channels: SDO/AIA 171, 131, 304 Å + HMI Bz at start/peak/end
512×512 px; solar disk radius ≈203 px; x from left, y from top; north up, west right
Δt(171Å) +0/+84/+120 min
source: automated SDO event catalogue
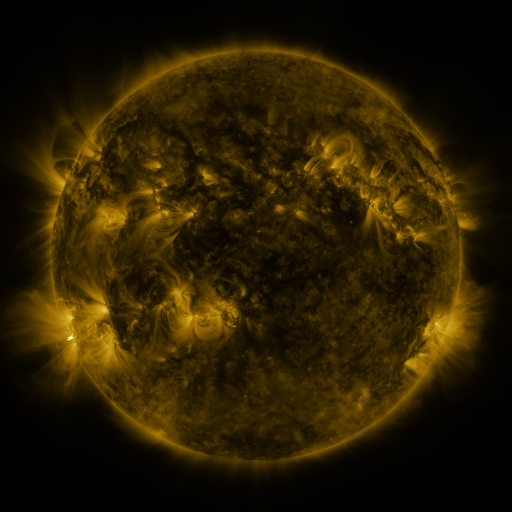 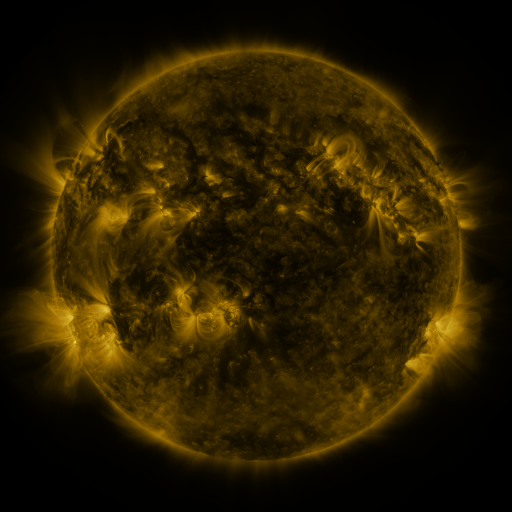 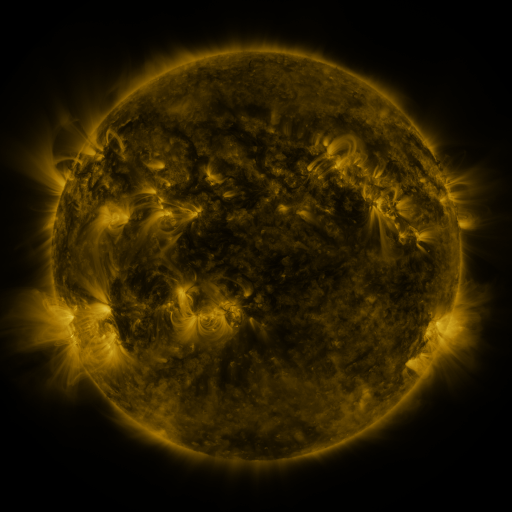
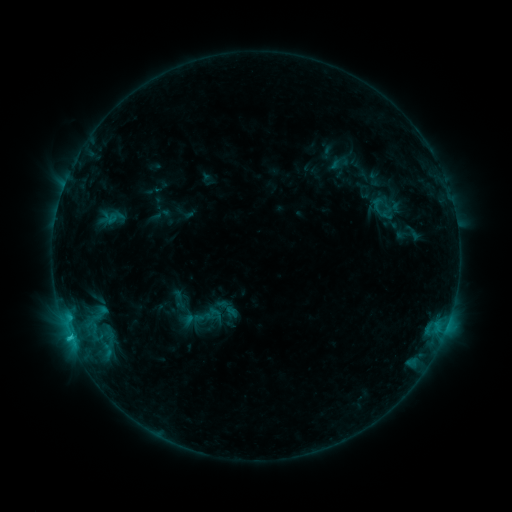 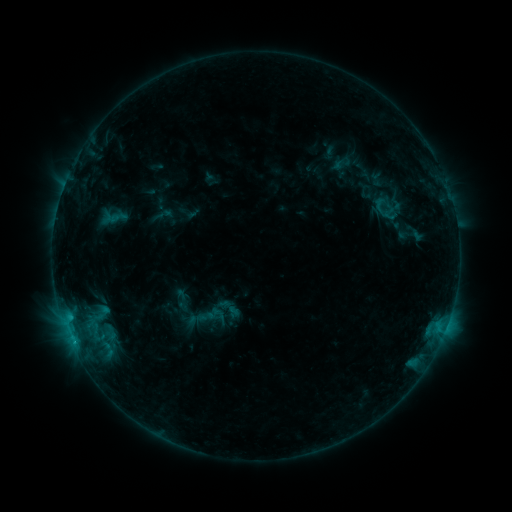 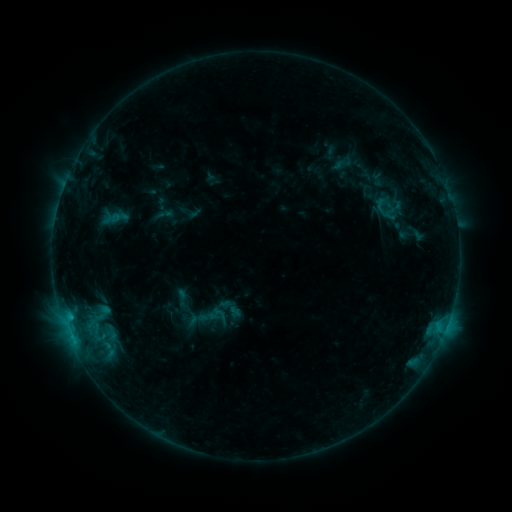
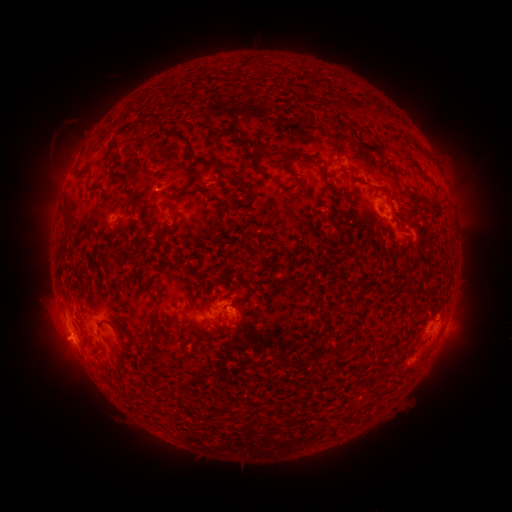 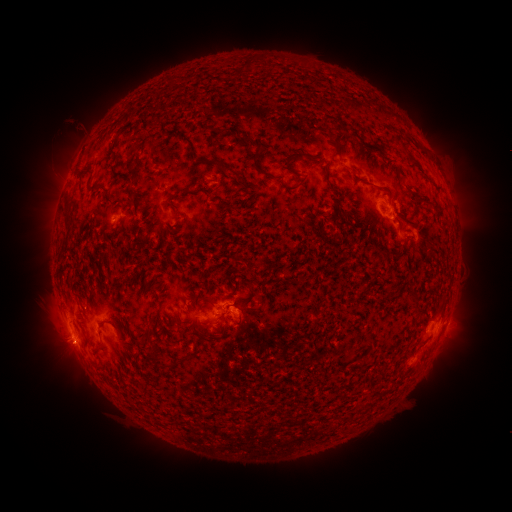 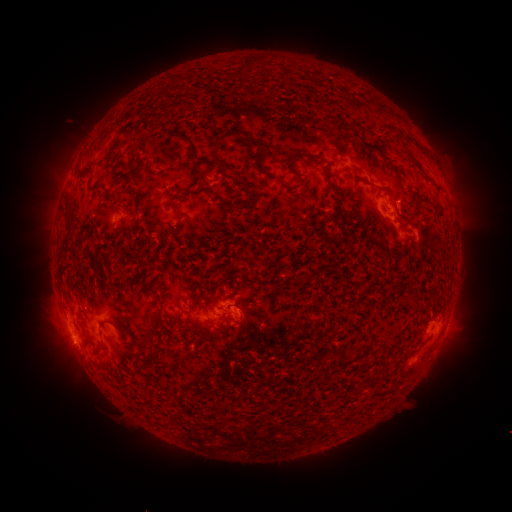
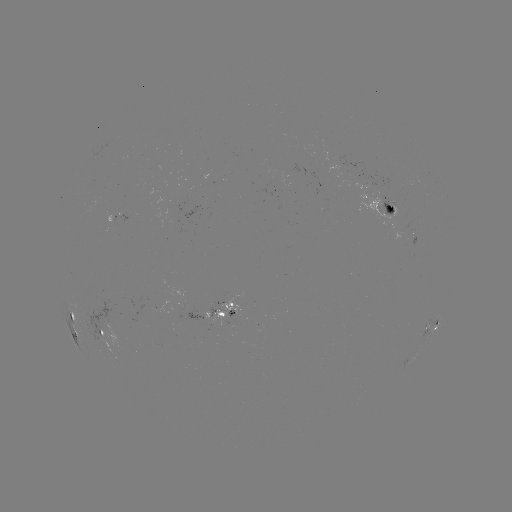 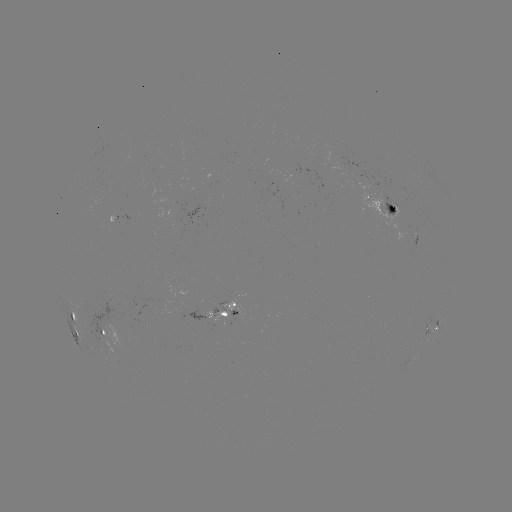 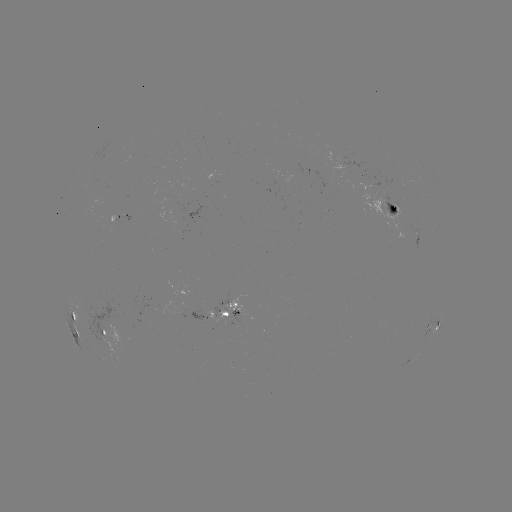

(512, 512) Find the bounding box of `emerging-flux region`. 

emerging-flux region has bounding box [380, 195, 399, 217].